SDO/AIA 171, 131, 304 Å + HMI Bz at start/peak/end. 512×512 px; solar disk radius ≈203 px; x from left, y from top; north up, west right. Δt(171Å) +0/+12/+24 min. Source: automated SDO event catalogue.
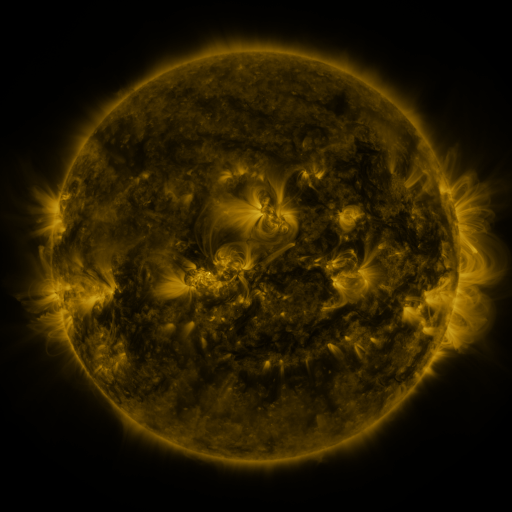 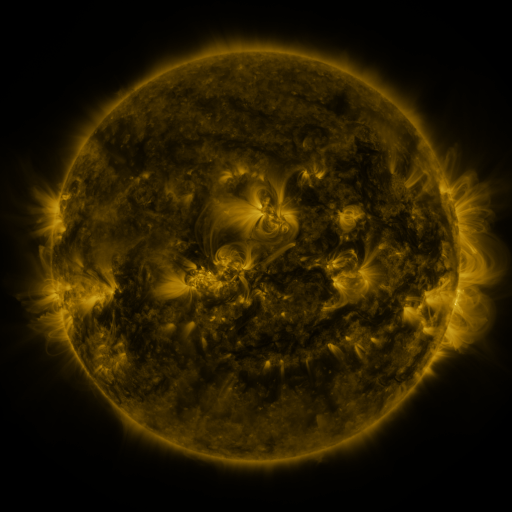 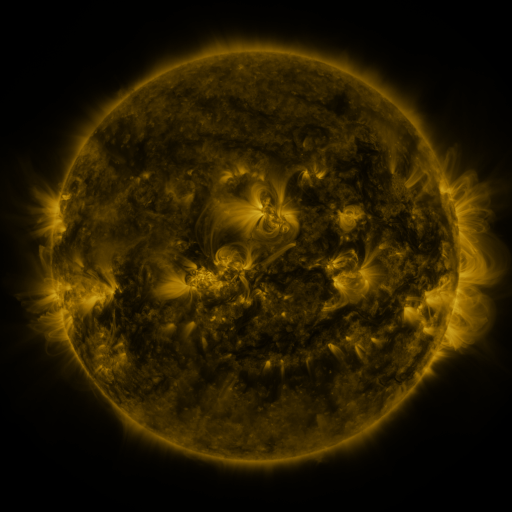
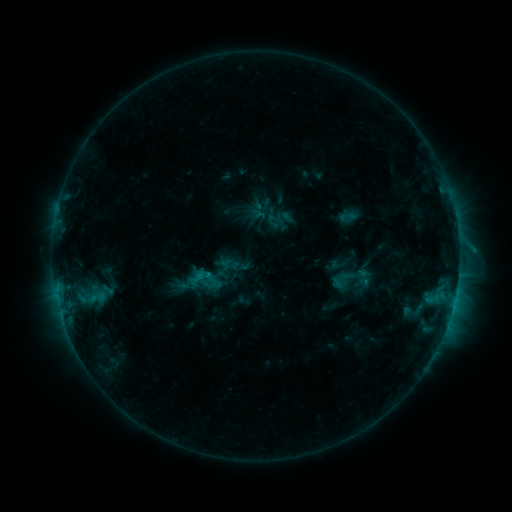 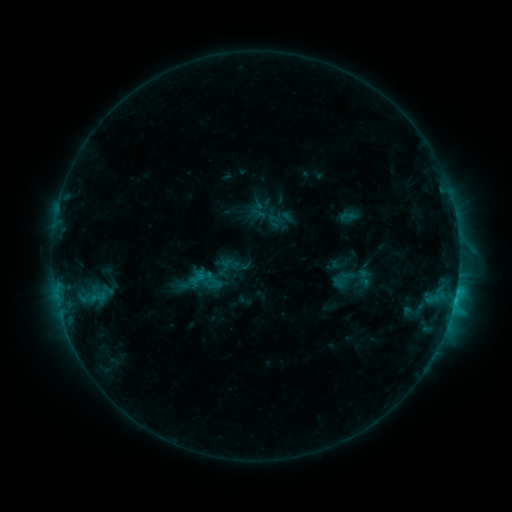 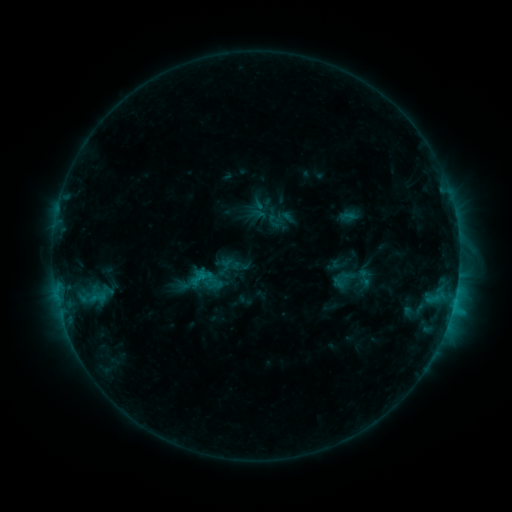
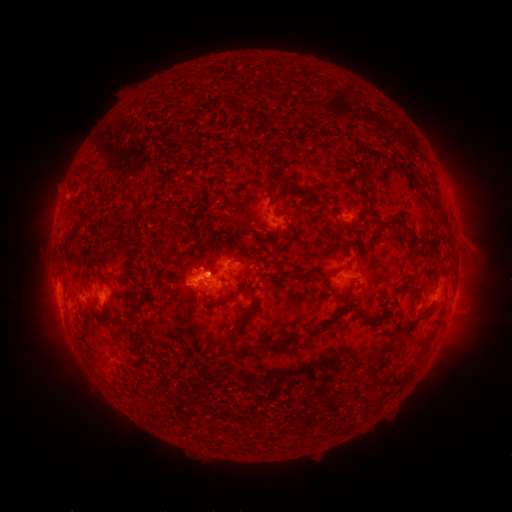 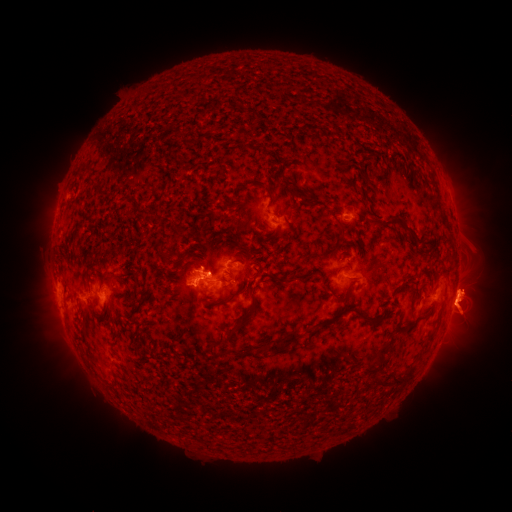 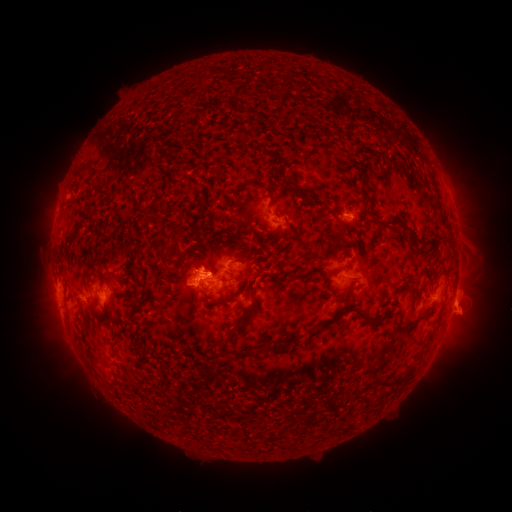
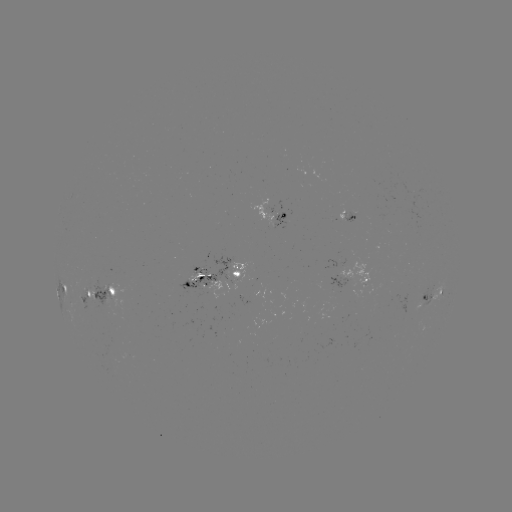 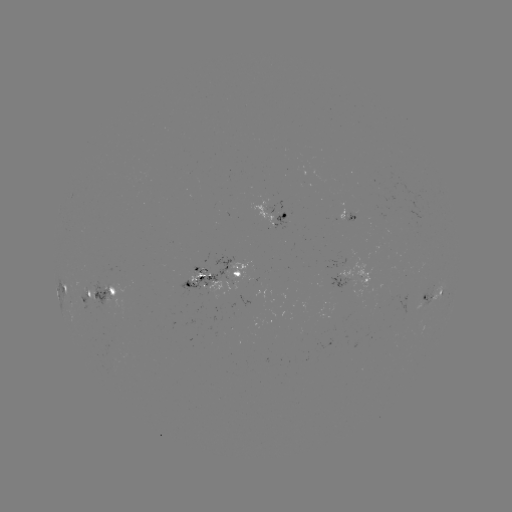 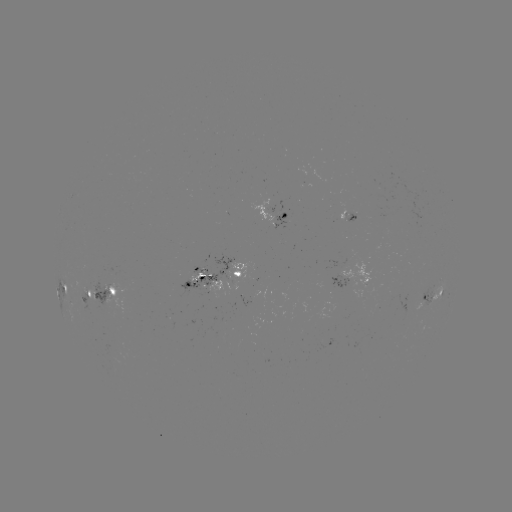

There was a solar eruption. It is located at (469, 311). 